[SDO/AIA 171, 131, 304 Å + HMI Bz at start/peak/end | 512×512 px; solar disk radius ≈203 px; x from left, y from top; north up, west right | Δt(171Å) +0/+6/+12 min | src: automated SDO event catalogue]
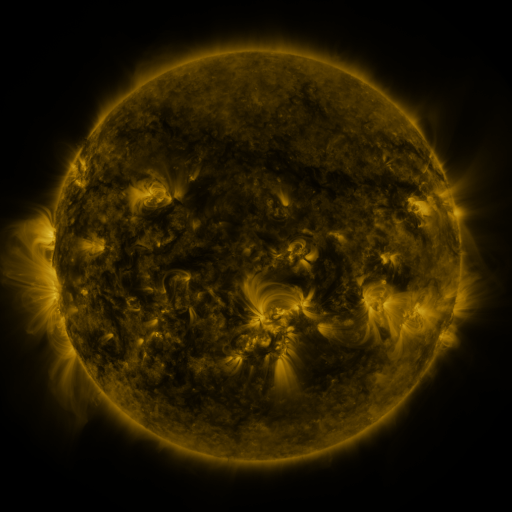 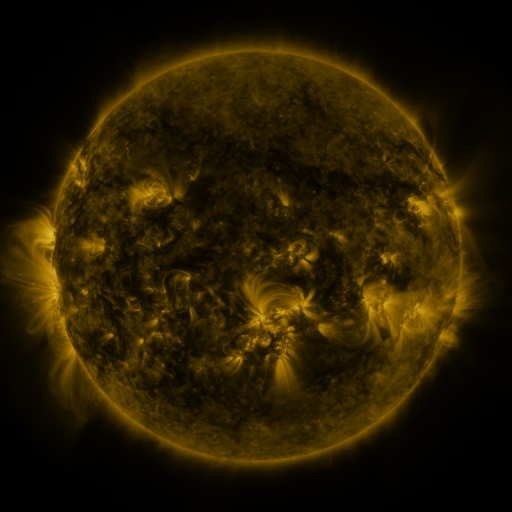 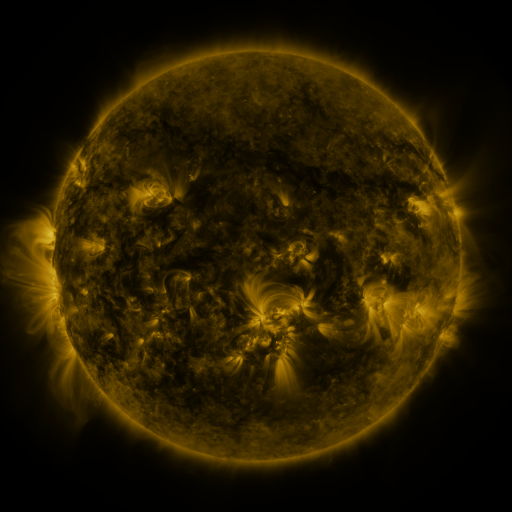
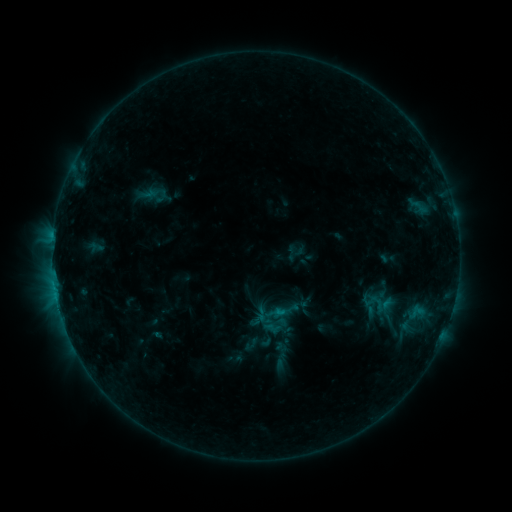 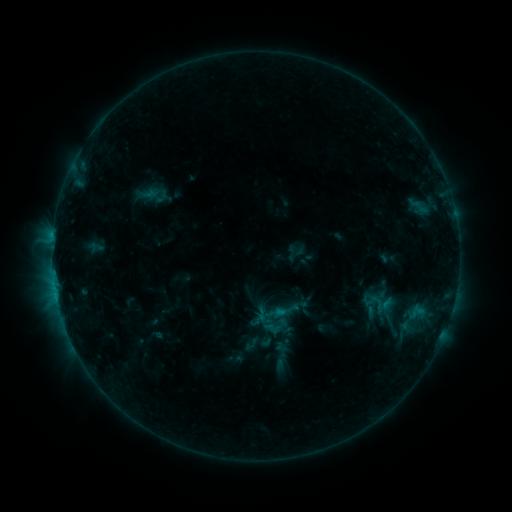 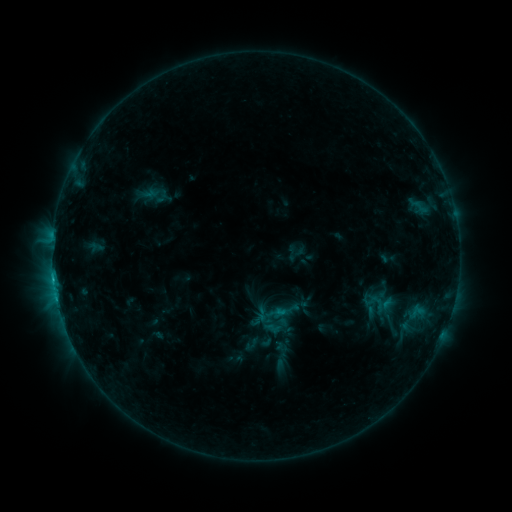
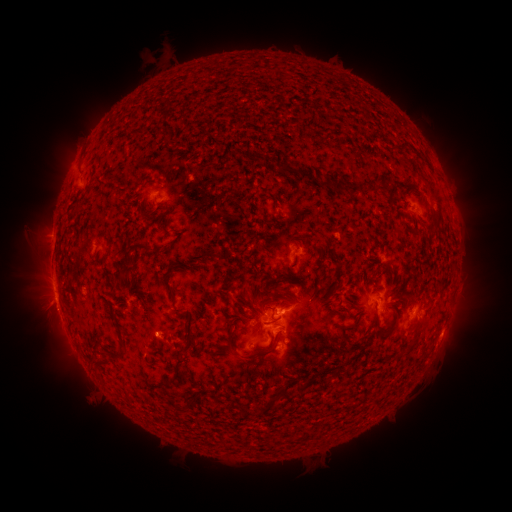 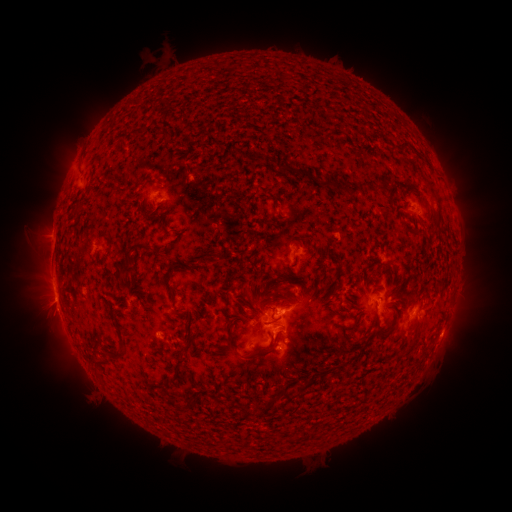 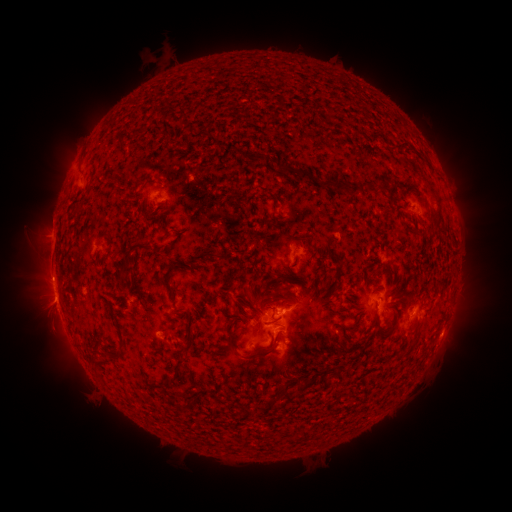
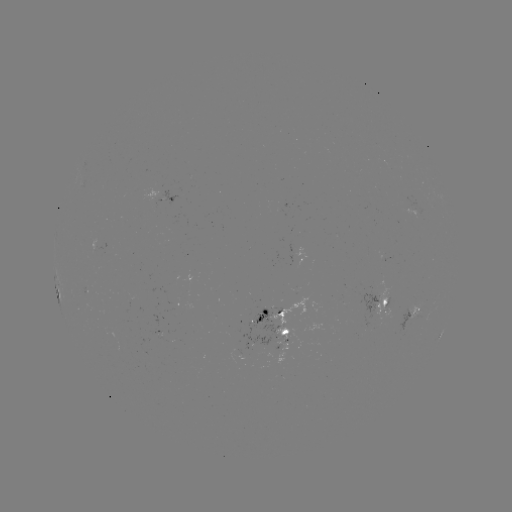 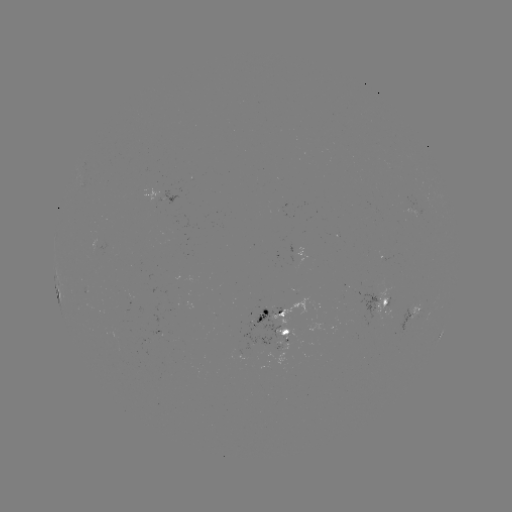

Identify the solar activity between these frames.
C1.6 flare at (56, 295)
